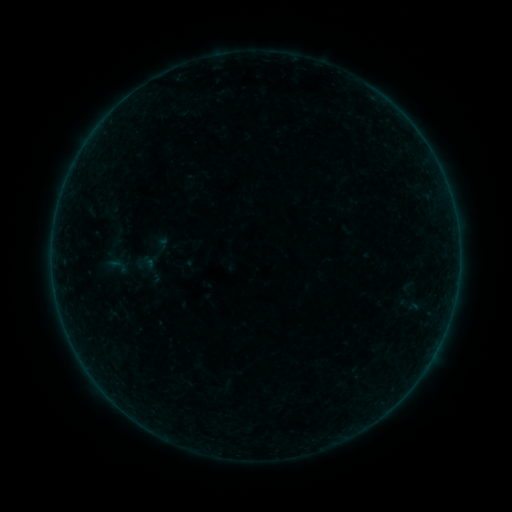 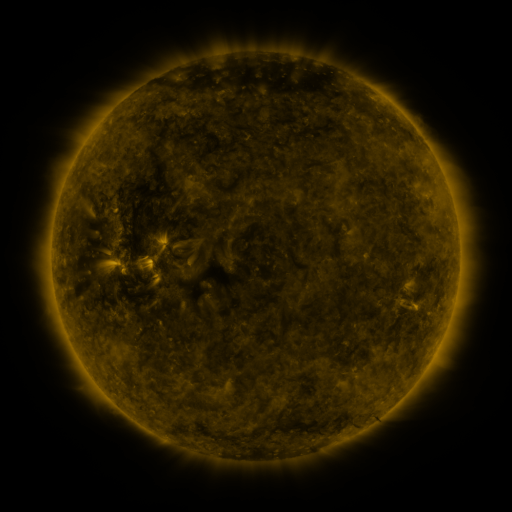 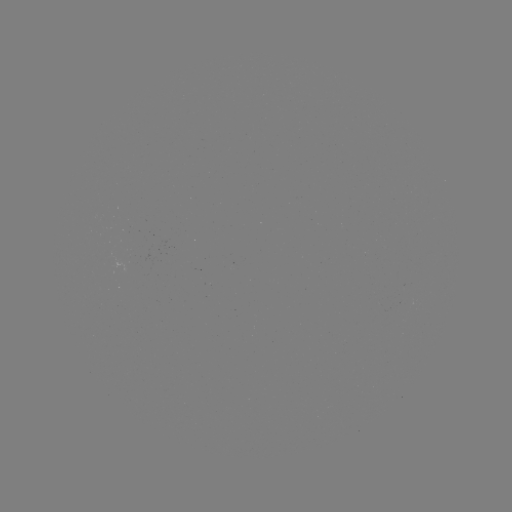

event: sigmoid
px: (116, 266)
